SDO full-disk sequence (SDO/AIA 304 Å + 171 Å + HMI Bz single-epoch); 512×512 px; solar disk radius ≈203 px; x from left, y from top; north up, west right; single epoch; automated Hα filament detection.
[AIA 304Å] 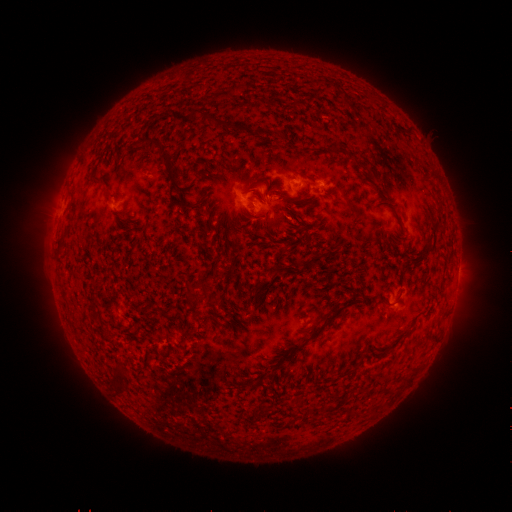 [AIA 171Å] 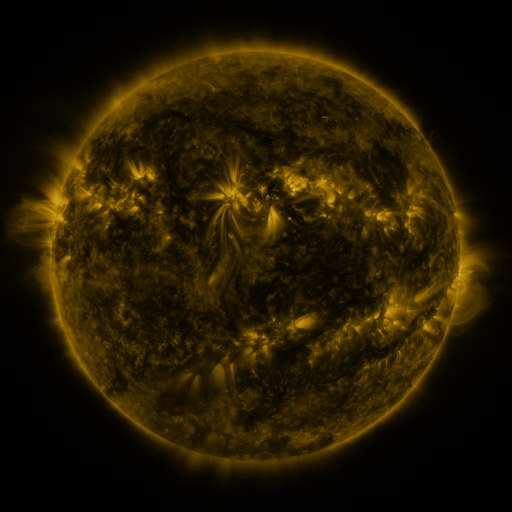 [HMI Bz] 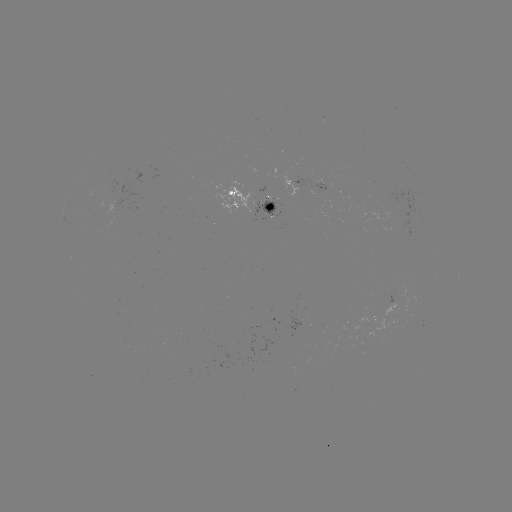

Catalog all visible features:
filament: (224, 93)
filament: (197, 111)
filament: (207, 117)
filament: (163, 149)
filament: (99, 179)
filament: (253, 184)
filament: (268, 191)
filament: (281, 197)
filament: (188, 206)
filament: (65, 231)
filament: (428, 241)
filament: (233, 242)
filament: (187, 299)
filament: (313, 322)
filament: (386, 392)
